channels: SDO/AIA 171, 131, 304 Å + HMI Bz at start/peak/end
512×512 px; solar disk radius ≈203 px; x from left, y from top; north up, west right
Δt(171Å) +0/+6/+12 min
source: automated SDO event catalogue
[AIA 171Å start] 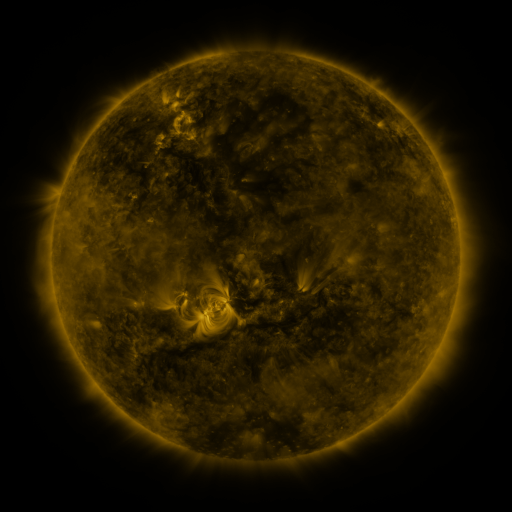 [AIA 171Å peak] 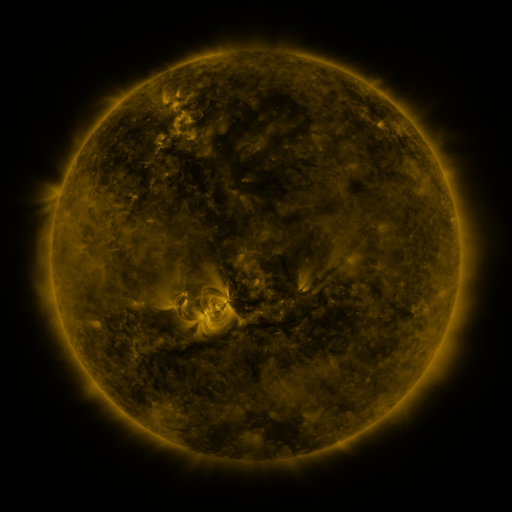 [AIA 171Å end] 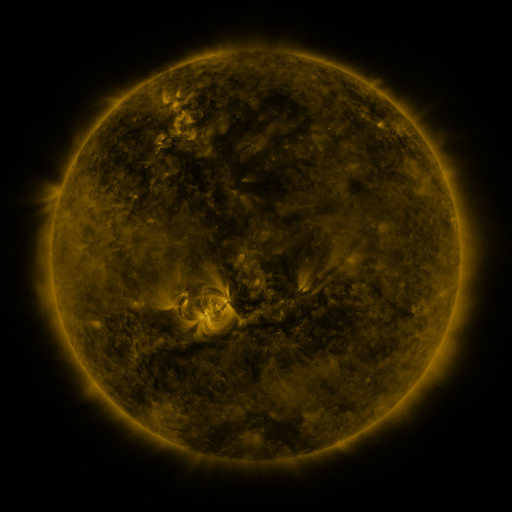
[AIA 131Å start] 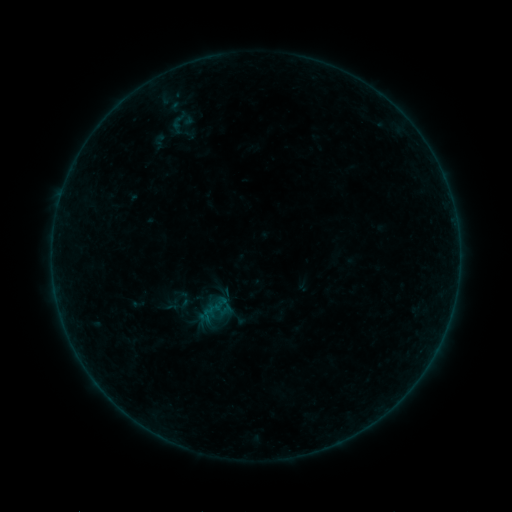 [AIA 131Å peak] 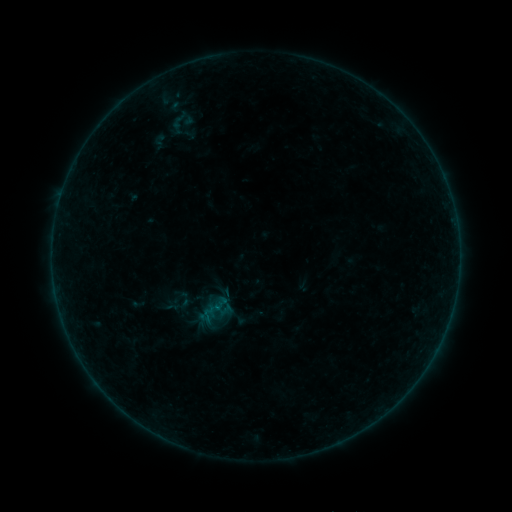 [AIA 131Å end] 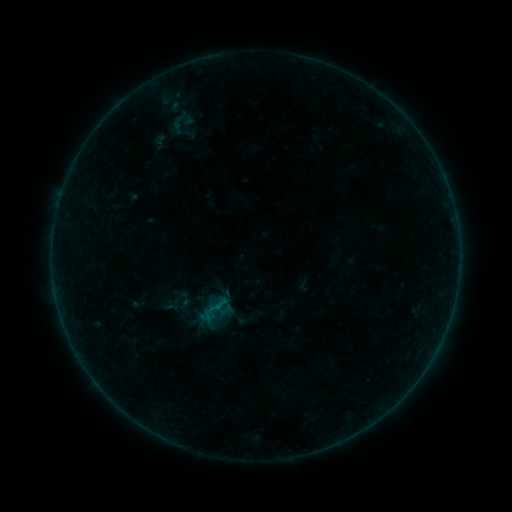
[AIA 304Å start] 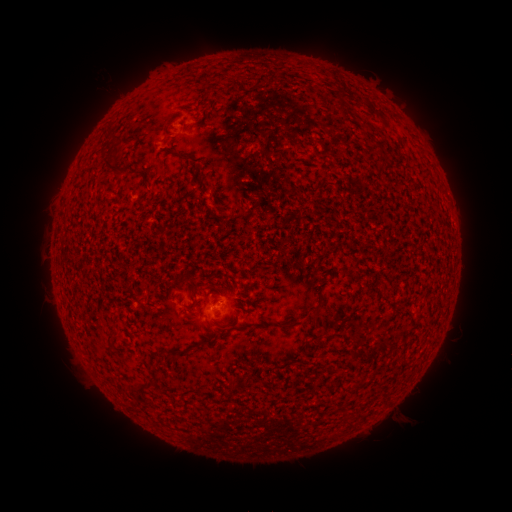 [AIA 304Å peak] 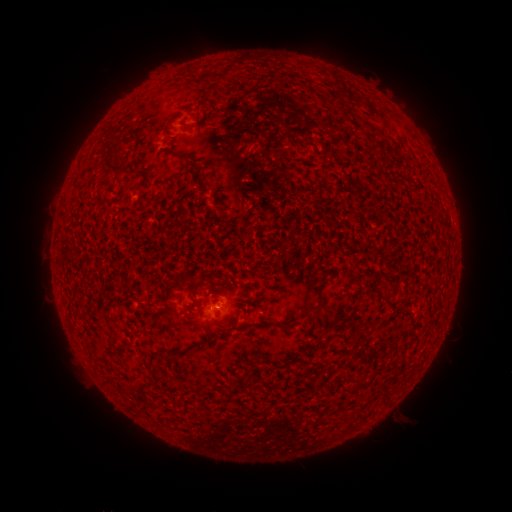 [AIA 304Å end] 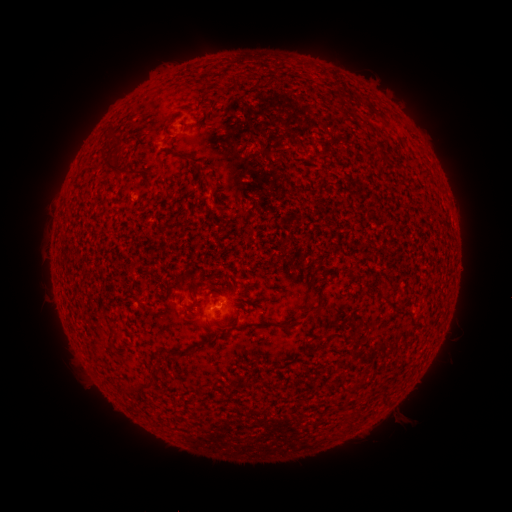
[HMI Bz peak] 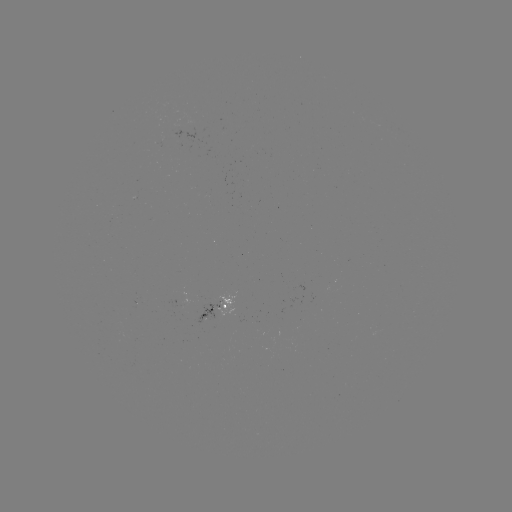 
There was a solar flare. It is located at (219, 305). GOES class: B4.5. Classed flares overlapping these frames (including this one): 1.